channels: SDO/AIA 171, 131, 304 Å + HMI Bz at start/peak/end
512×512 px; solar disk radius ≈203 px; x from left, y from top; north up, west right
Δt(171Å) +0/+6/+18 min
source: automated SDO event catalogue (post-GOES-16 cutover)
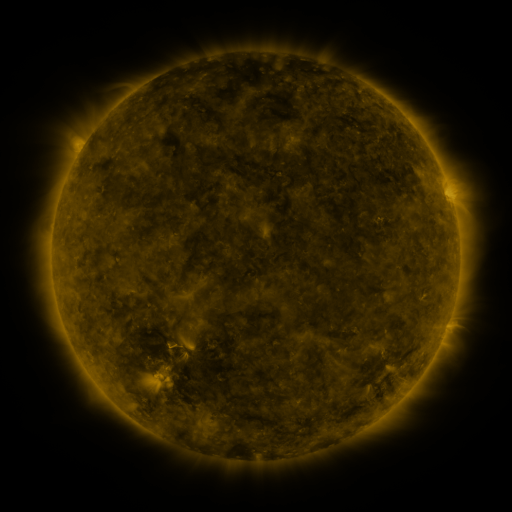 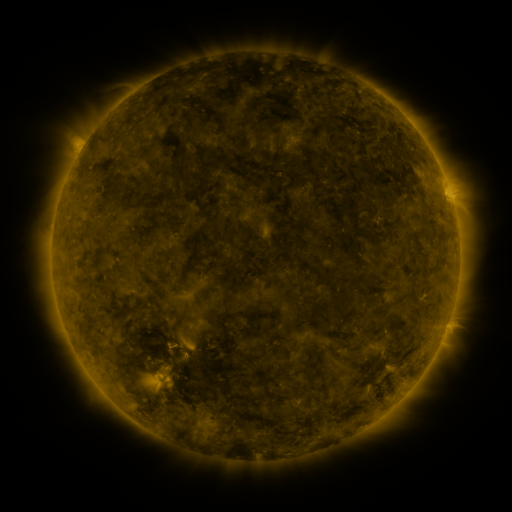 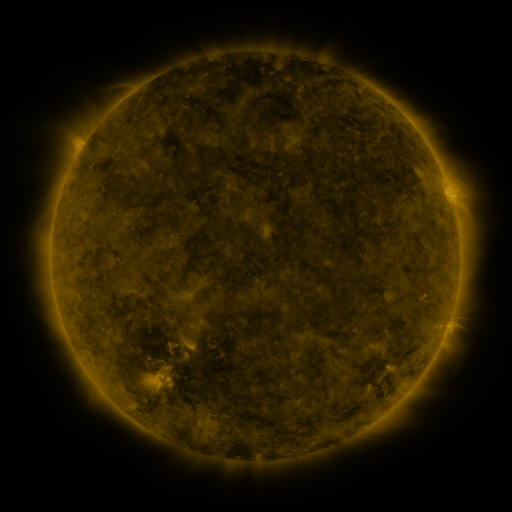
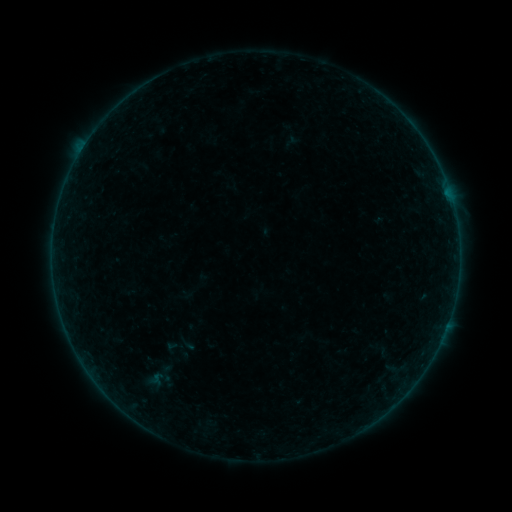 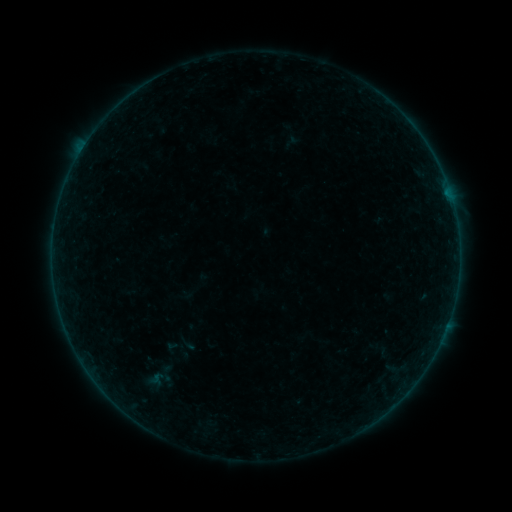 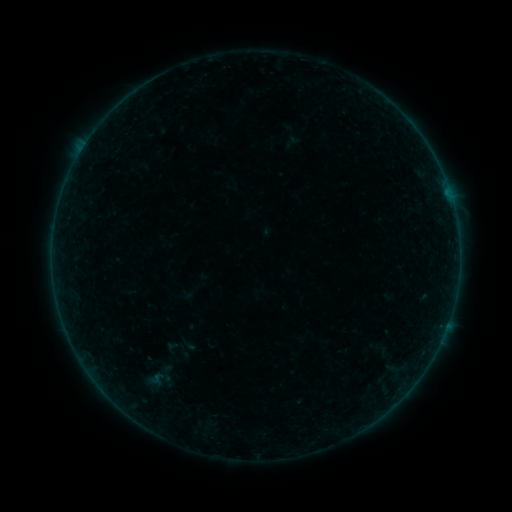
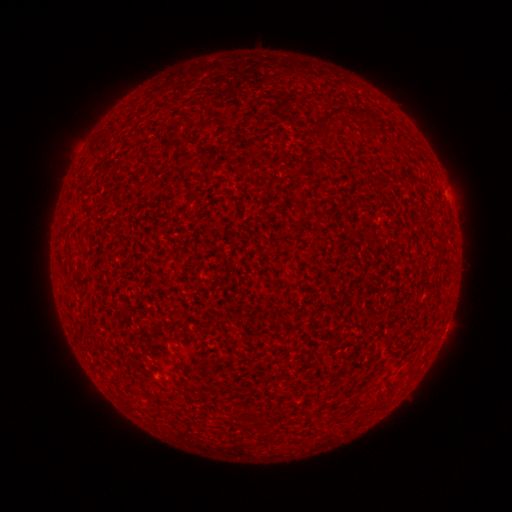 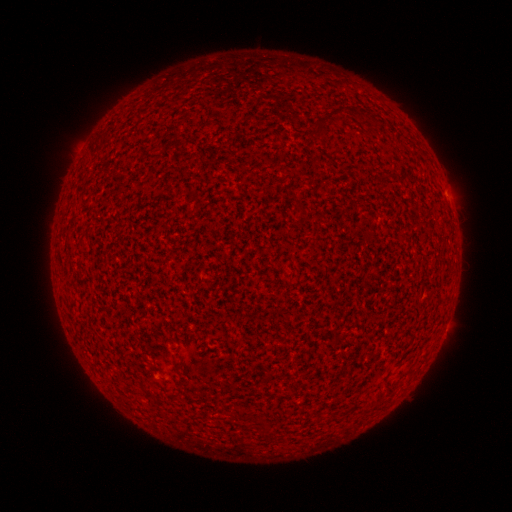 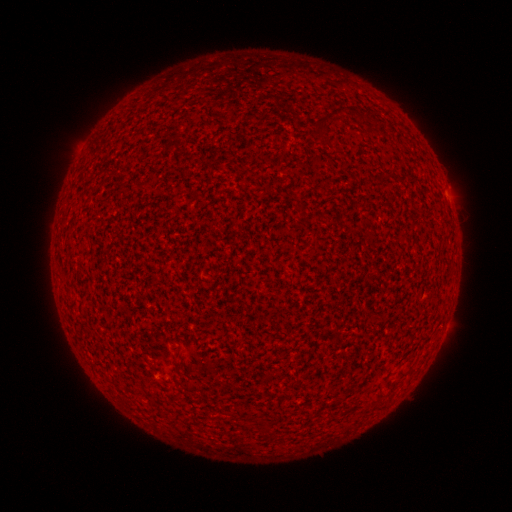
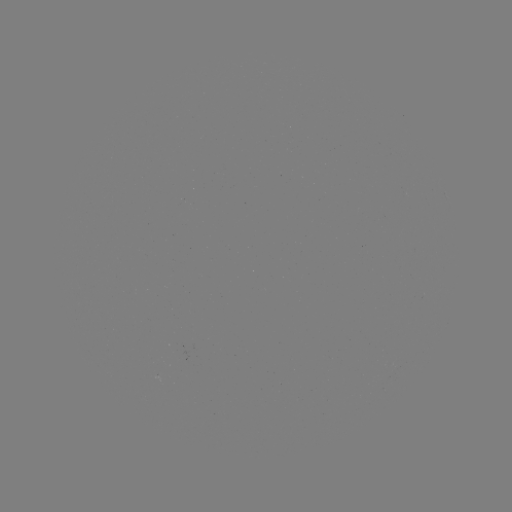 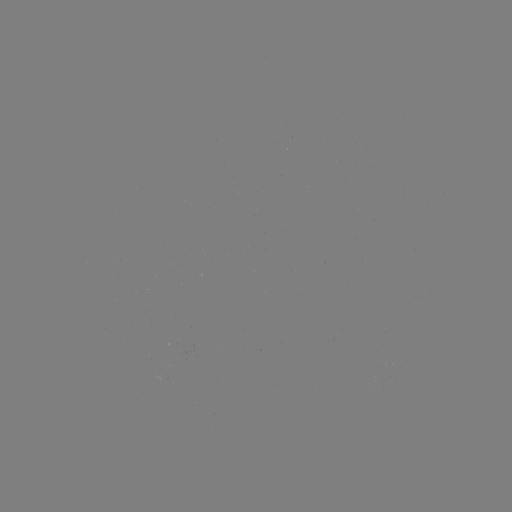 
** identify A2.3 flare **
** [446, 193] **